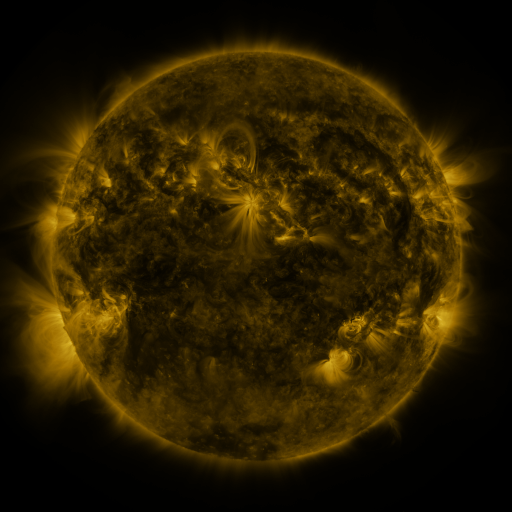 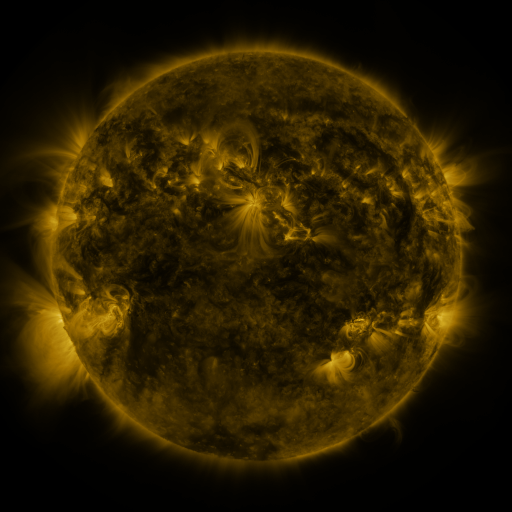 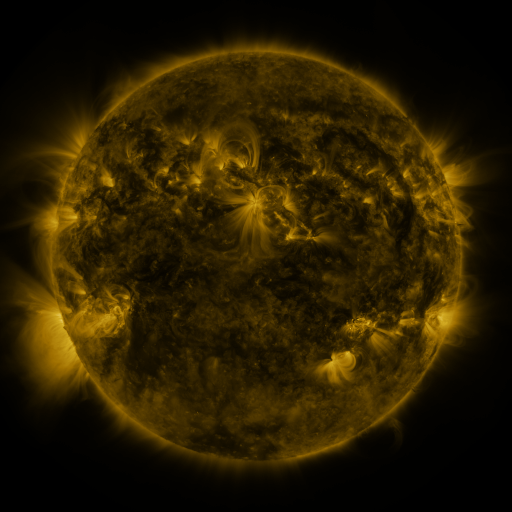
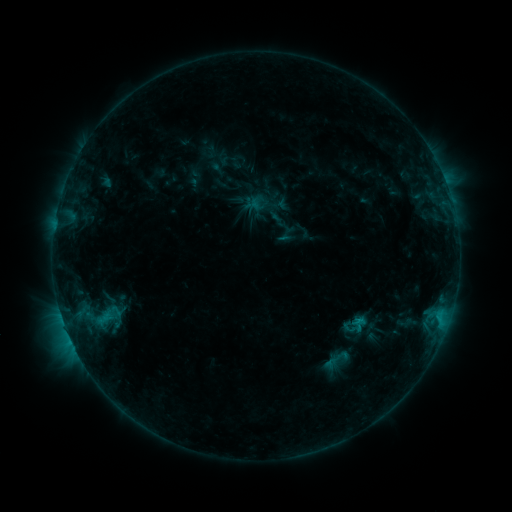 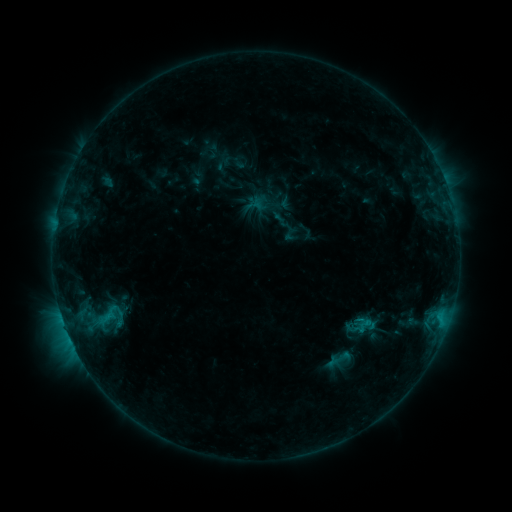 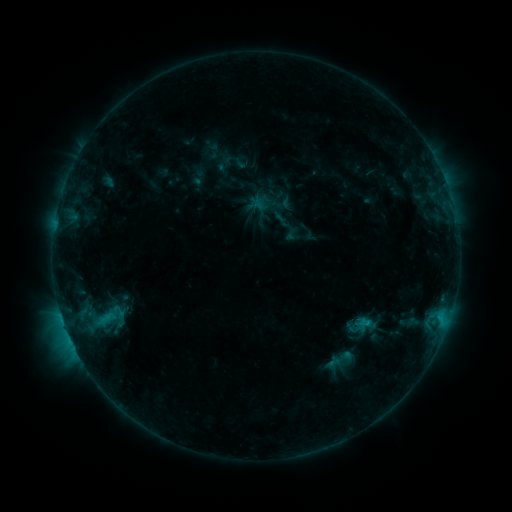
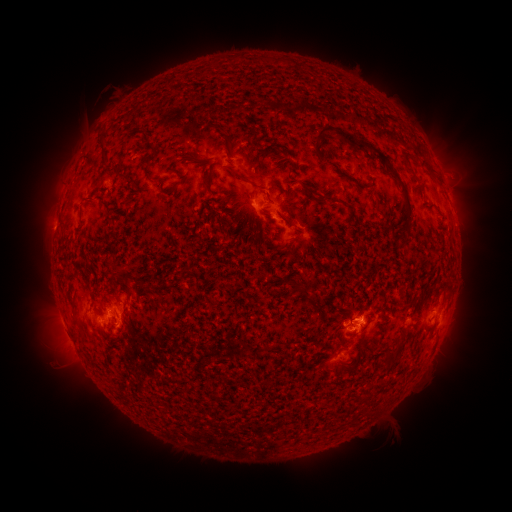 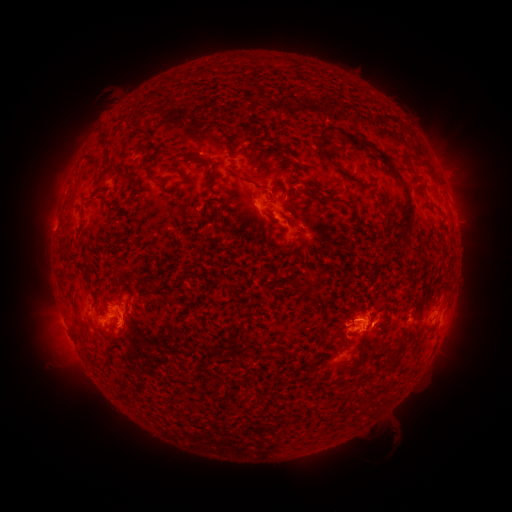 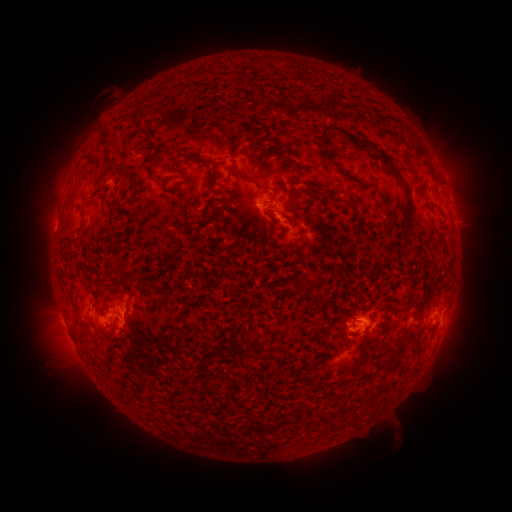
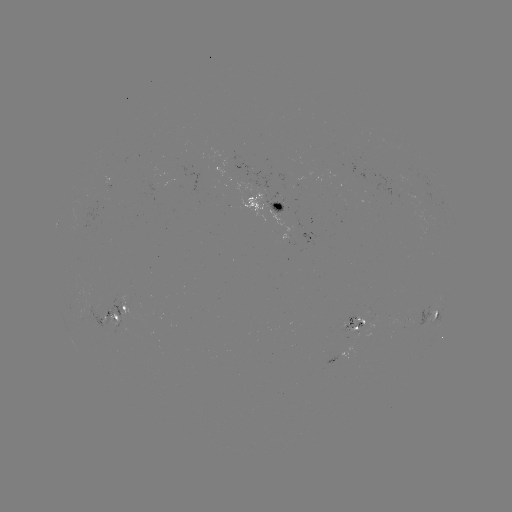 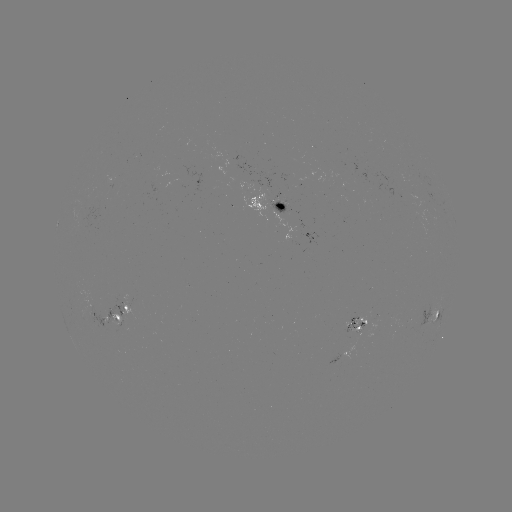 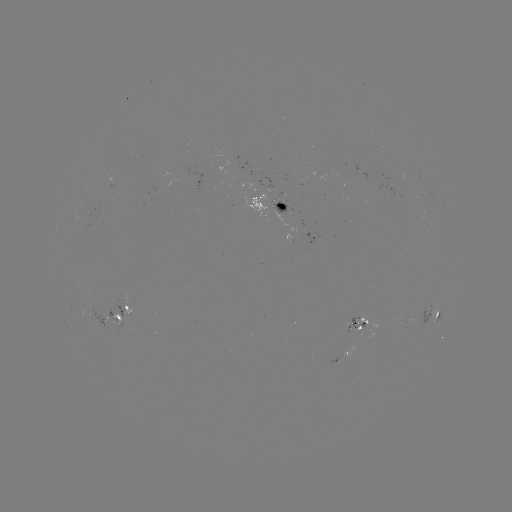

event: emerging-flux region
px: (249, 185)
